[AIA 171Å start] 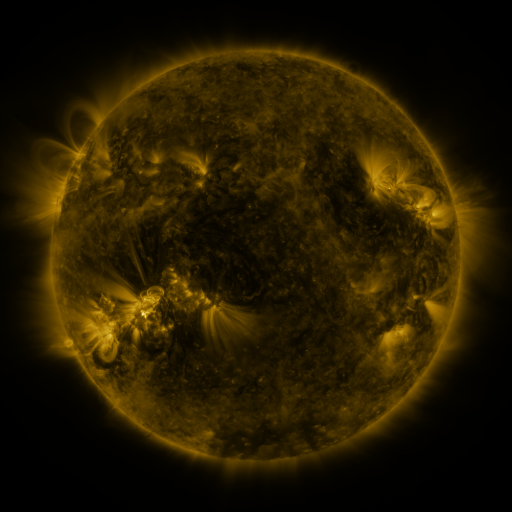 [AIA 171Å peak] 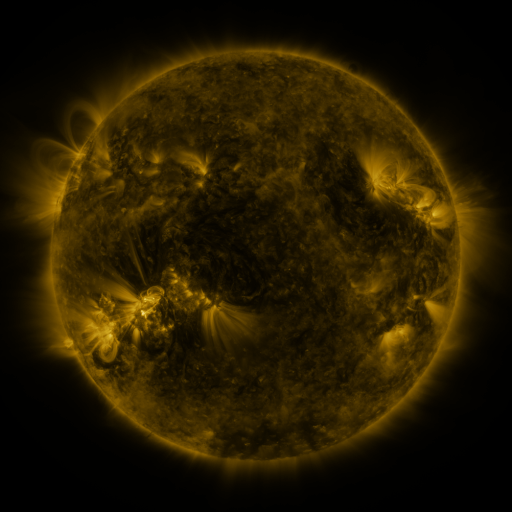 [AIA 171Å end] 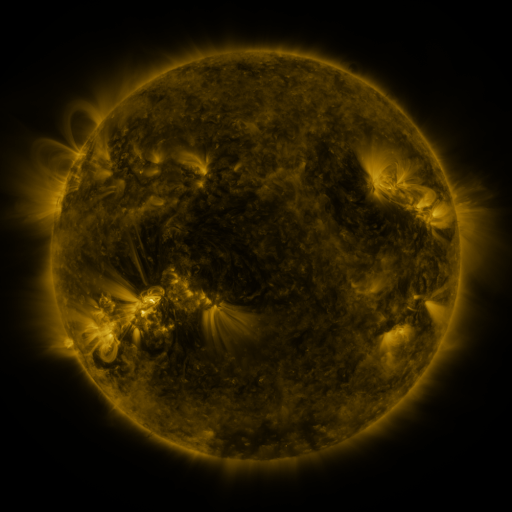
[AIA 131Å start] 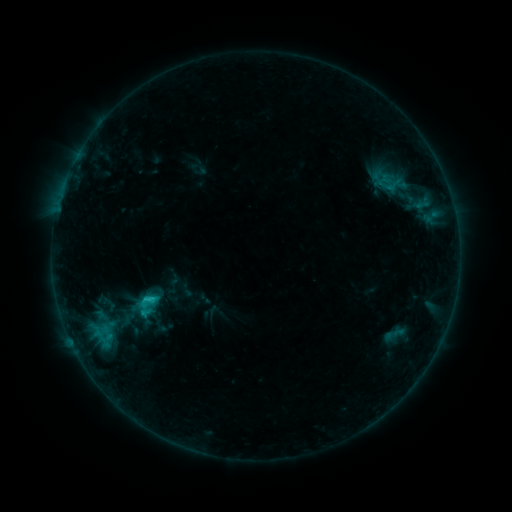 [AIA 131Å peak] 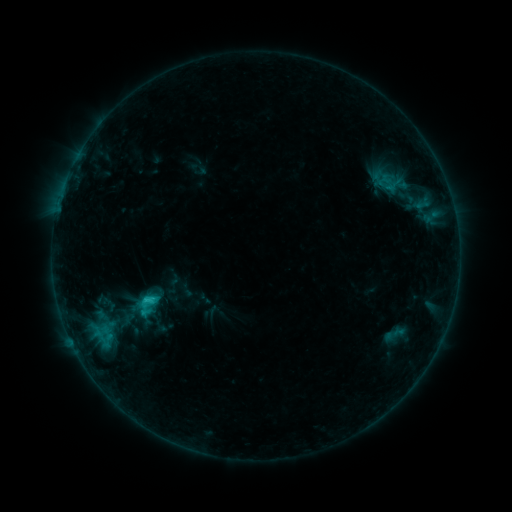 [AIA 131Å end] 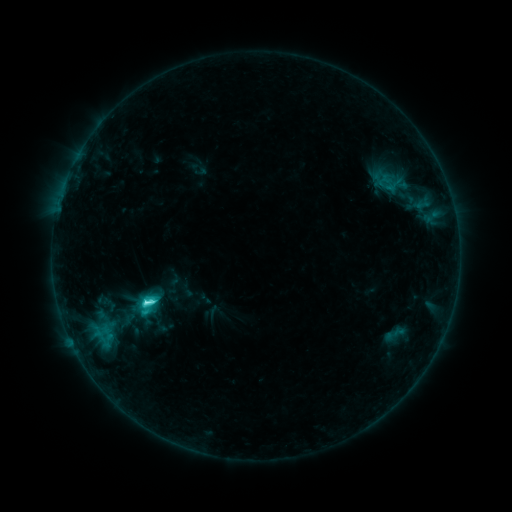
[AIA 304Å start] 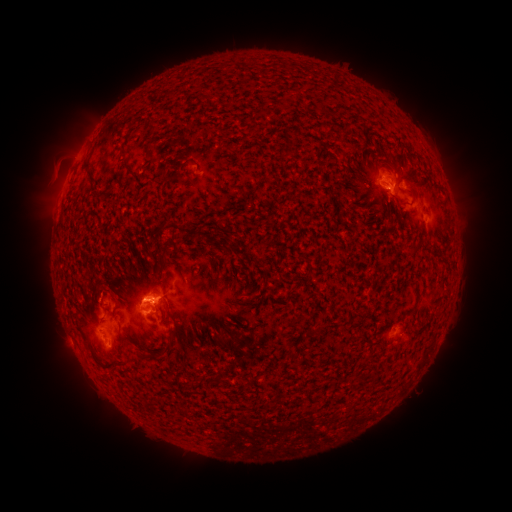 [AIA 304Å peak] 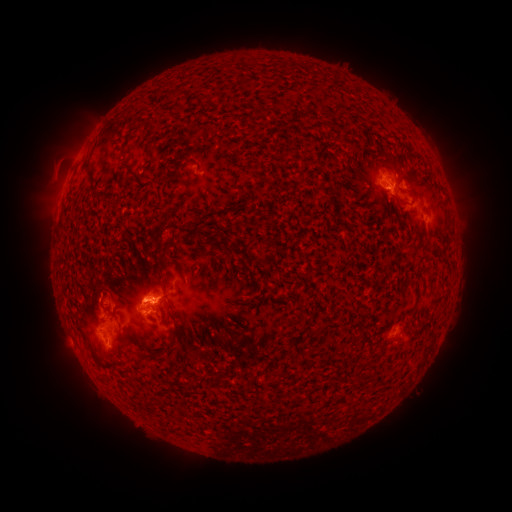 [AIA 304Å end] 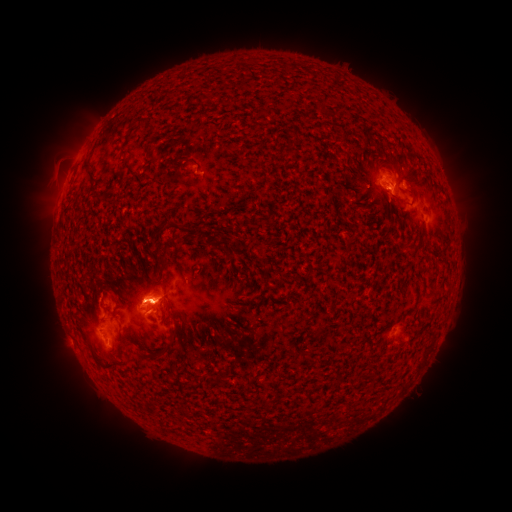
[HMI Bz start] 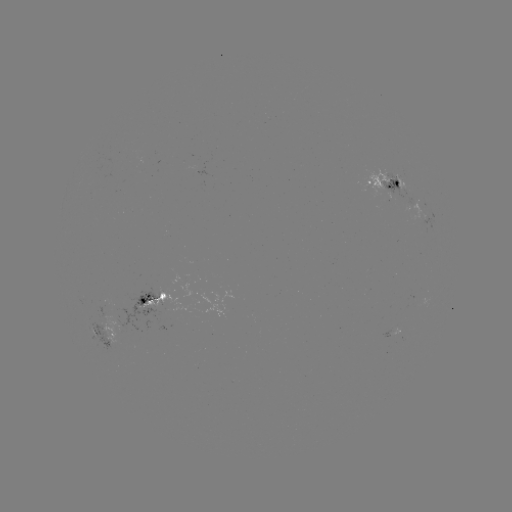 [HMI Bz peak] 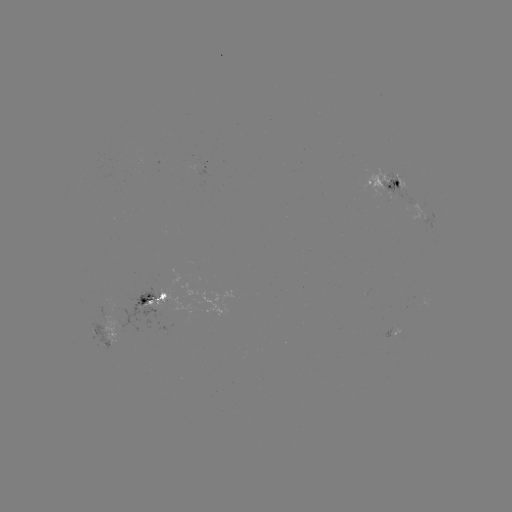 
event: flare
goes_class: C4.2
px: (146, 301)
